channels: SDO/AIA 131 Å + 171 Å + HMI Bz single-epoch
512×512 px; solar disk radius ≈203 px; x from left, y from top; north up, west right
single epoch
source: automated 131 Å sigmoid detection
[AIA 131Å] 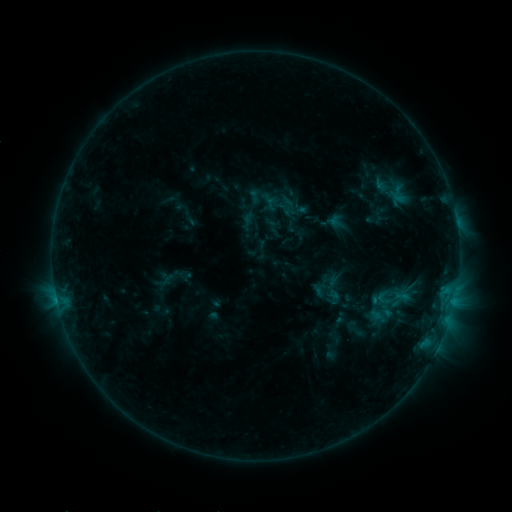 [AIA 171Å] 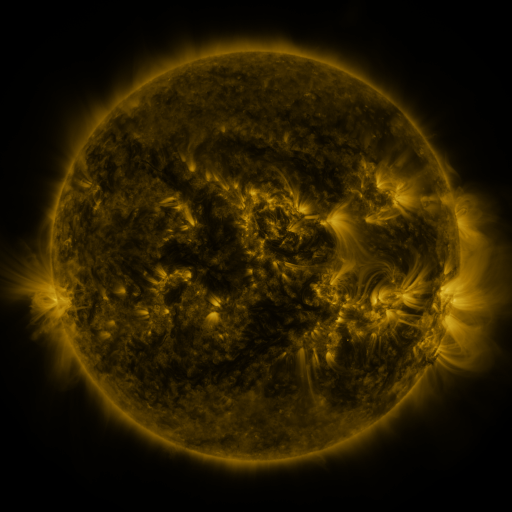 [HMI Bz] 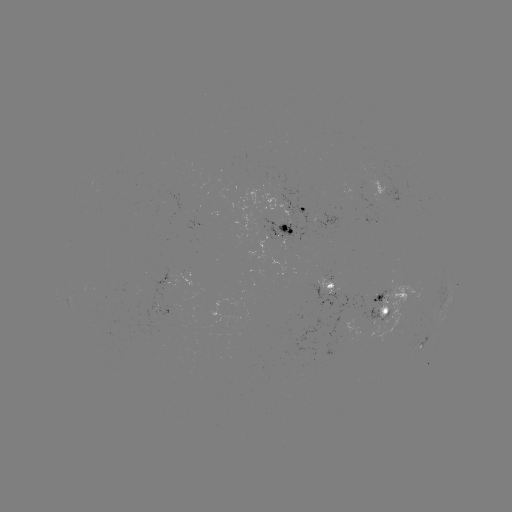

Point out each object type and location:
sigmoid: [281, 207, 299, 224]
